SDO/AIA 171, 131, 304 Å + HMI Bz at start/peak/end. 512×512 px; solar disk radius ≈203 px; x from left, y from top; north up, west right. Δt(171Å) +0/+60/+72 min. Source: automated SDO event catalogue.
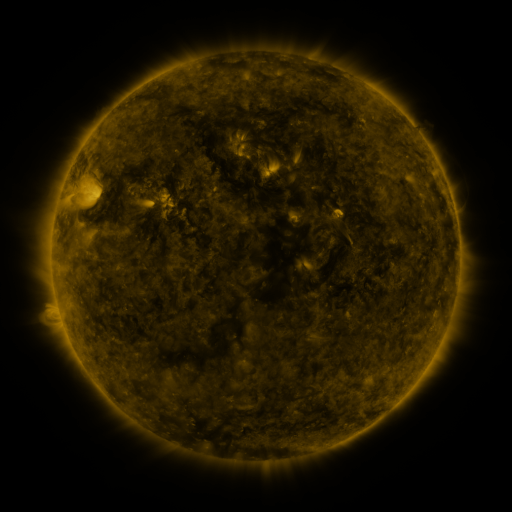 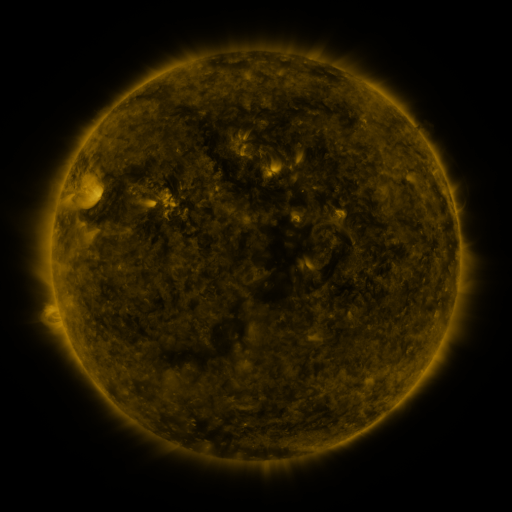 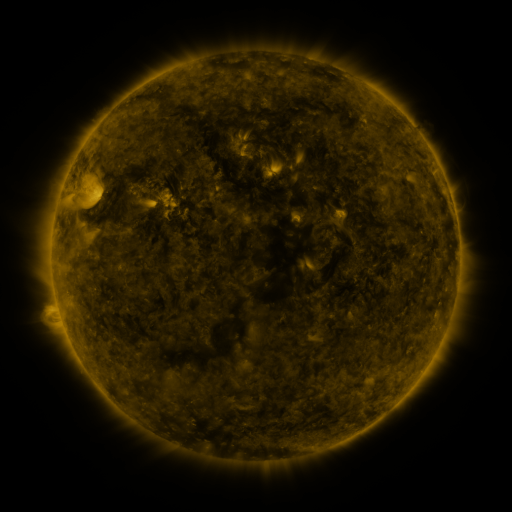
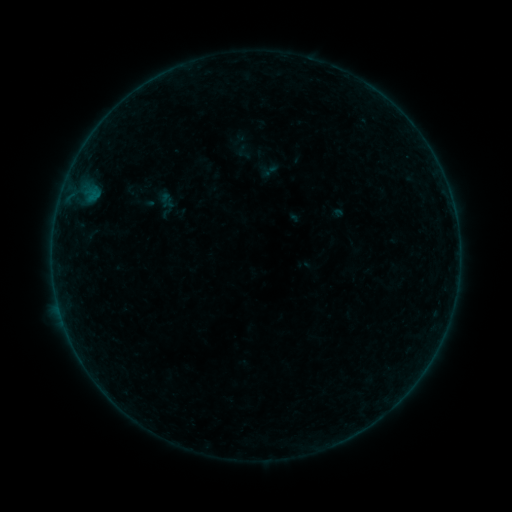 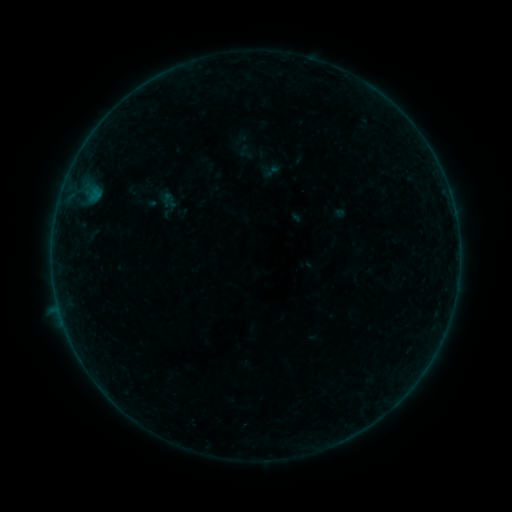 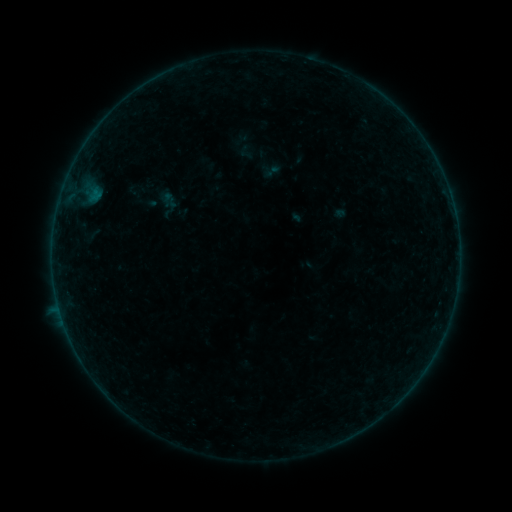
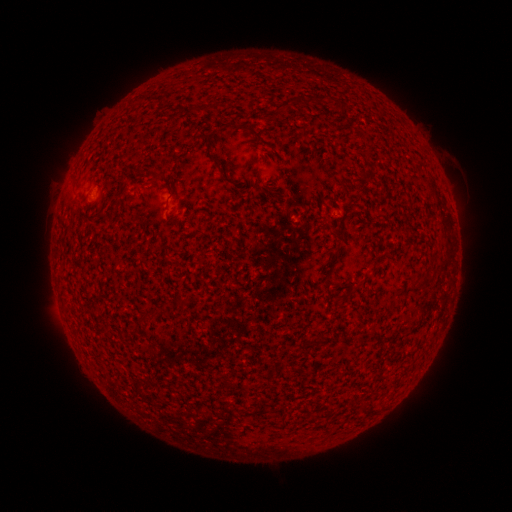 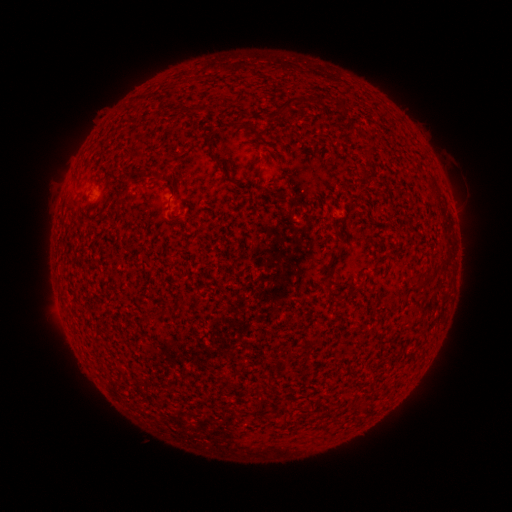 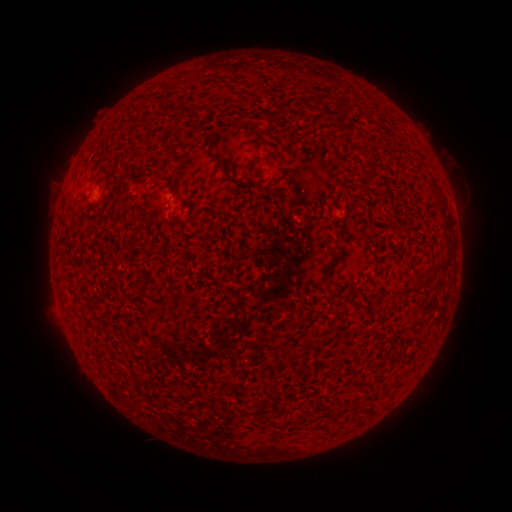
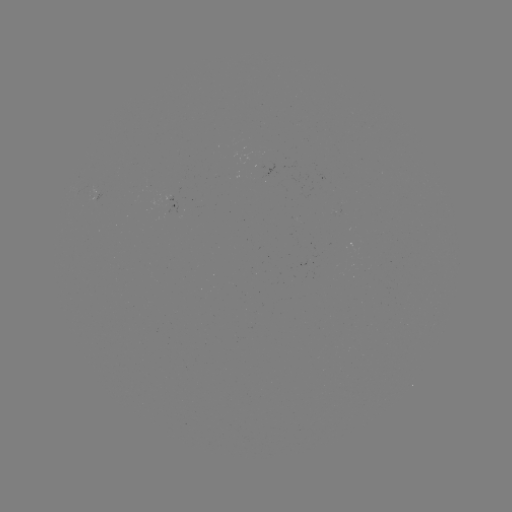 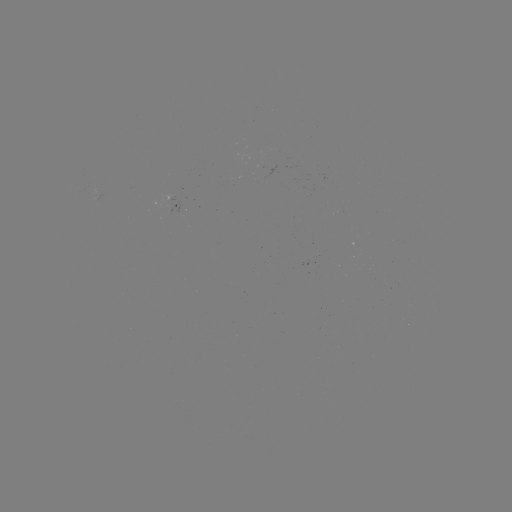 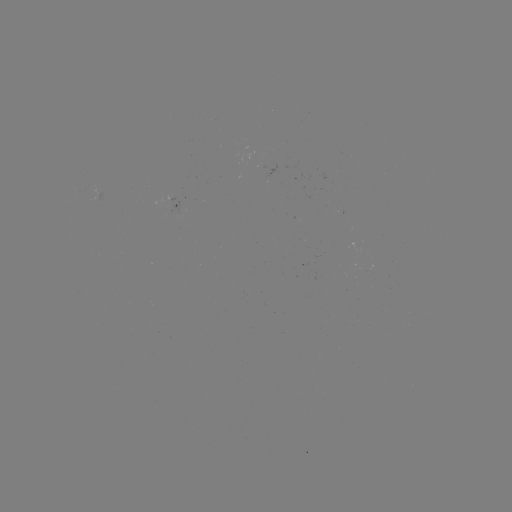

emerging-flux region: (164, 205, 176, 208)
